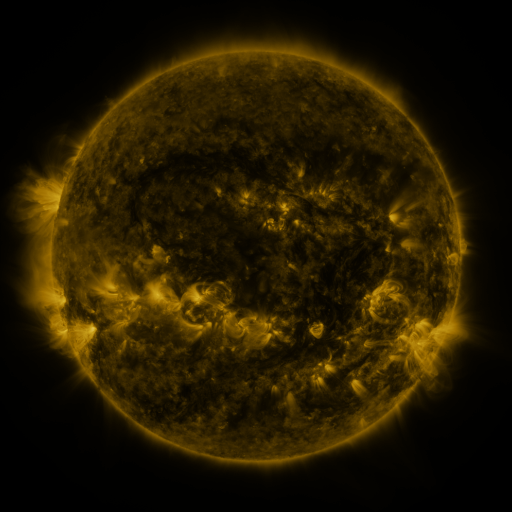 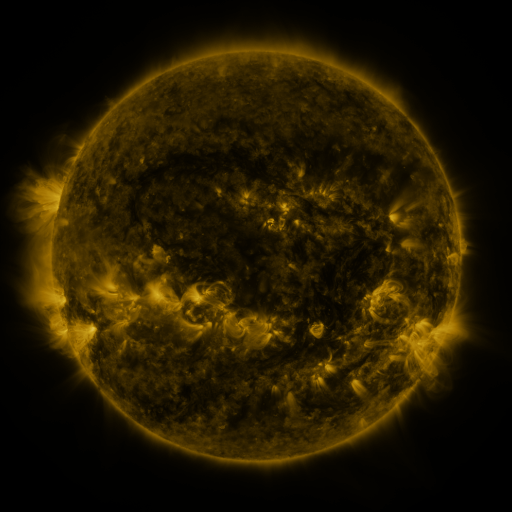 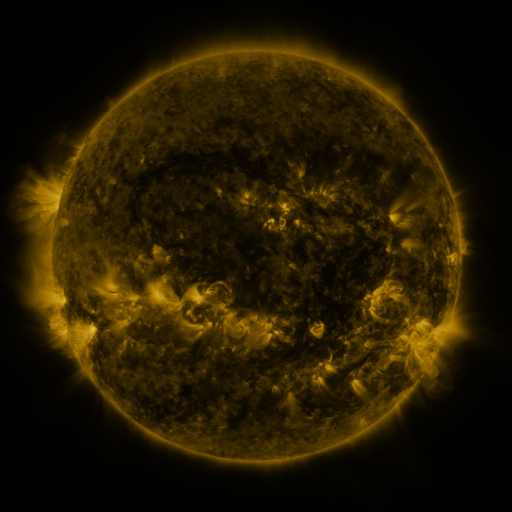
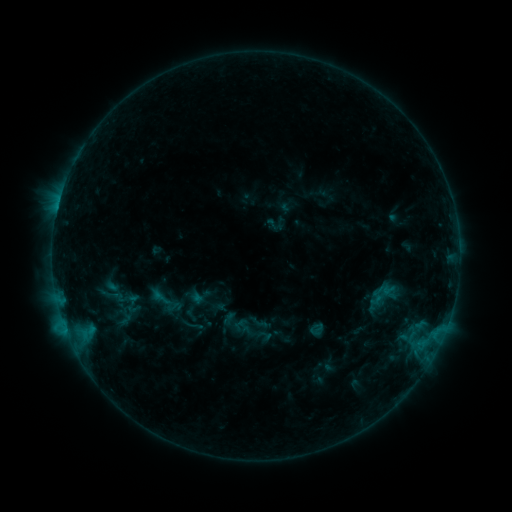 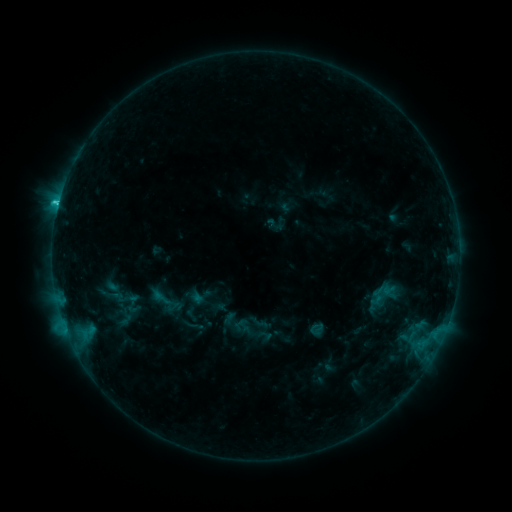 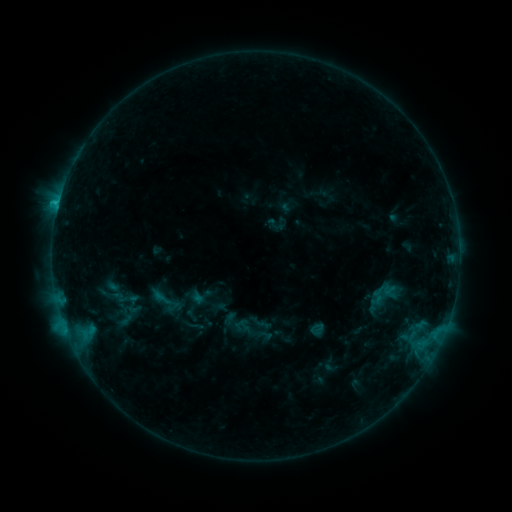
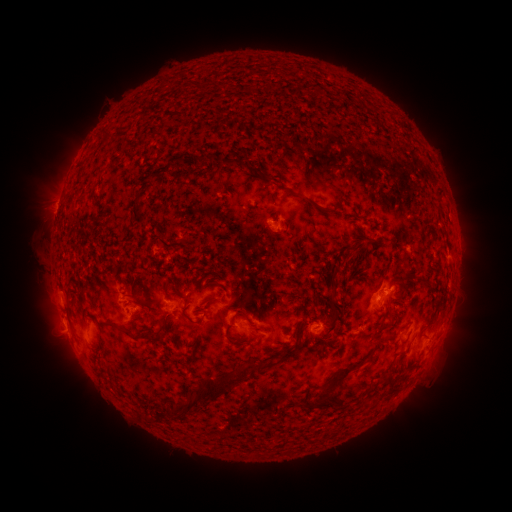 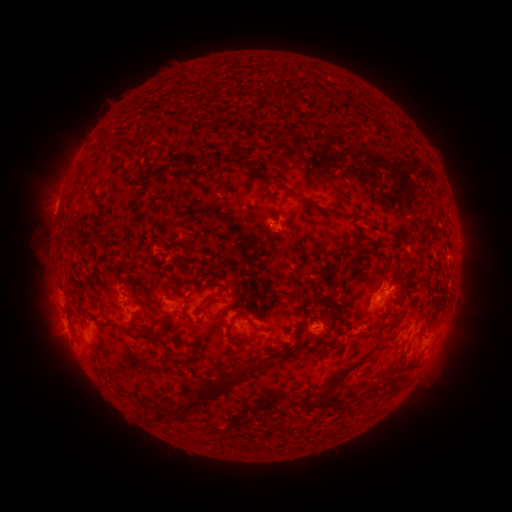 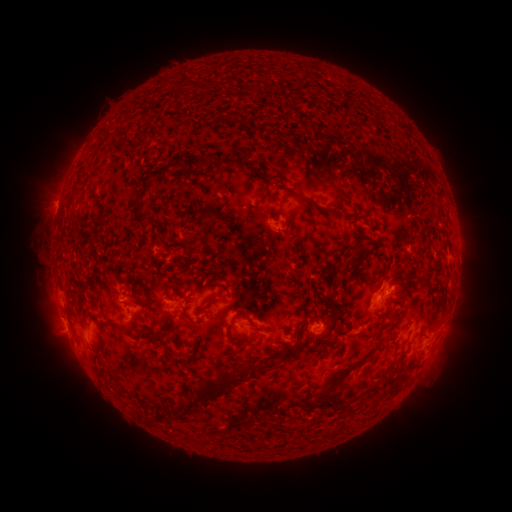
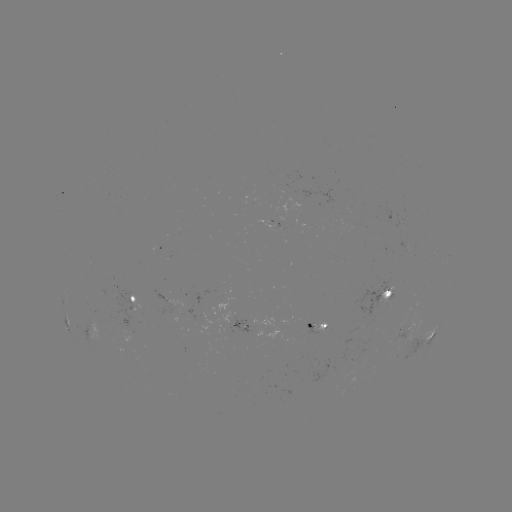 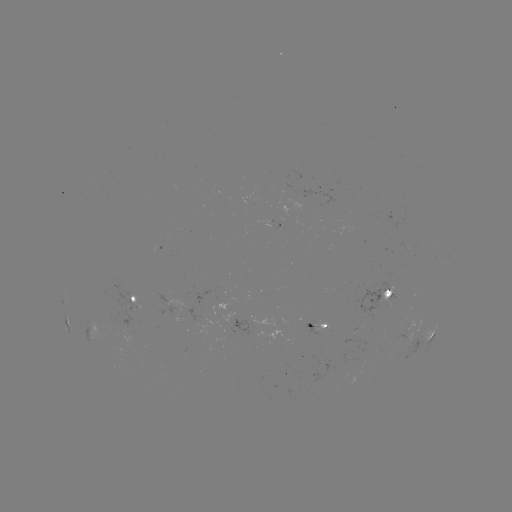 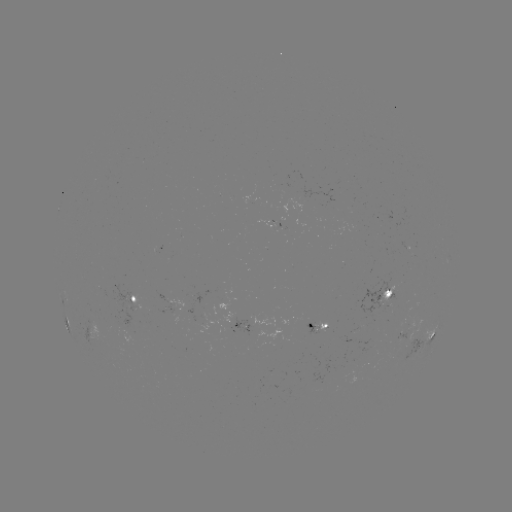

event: flare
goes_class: C1.6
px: (58, 207)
